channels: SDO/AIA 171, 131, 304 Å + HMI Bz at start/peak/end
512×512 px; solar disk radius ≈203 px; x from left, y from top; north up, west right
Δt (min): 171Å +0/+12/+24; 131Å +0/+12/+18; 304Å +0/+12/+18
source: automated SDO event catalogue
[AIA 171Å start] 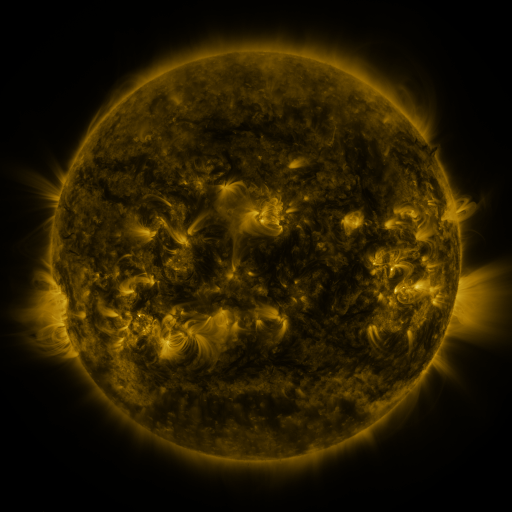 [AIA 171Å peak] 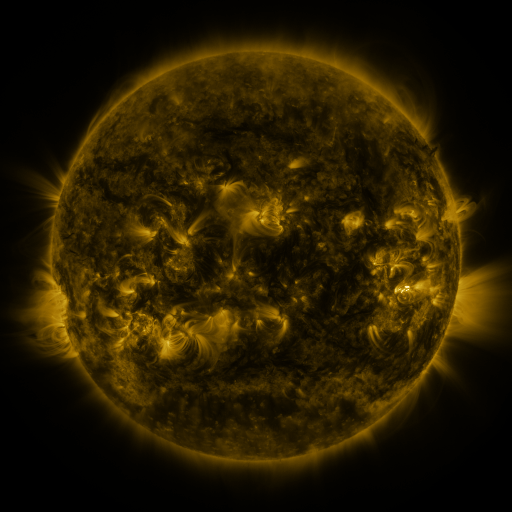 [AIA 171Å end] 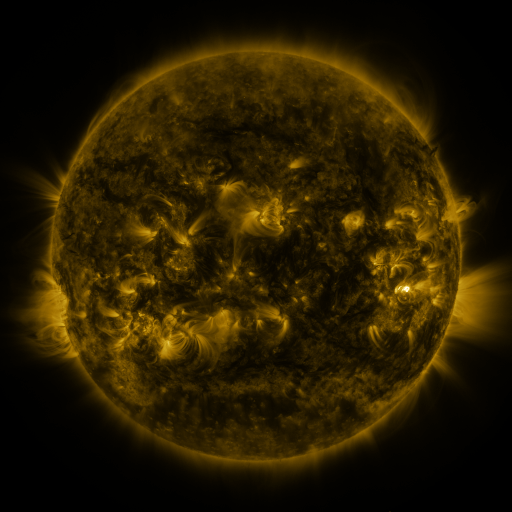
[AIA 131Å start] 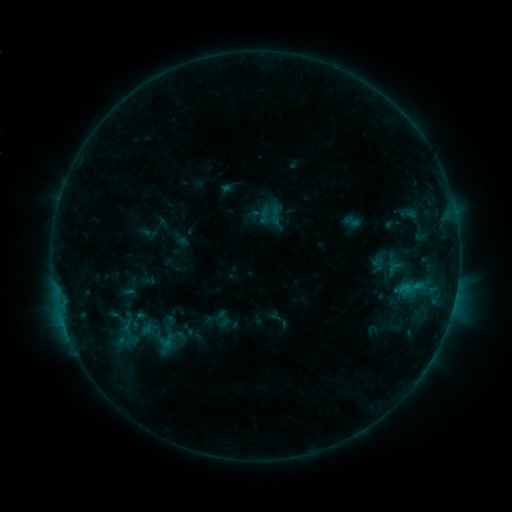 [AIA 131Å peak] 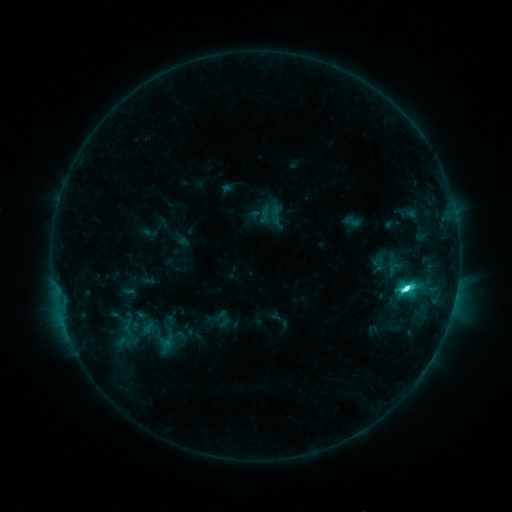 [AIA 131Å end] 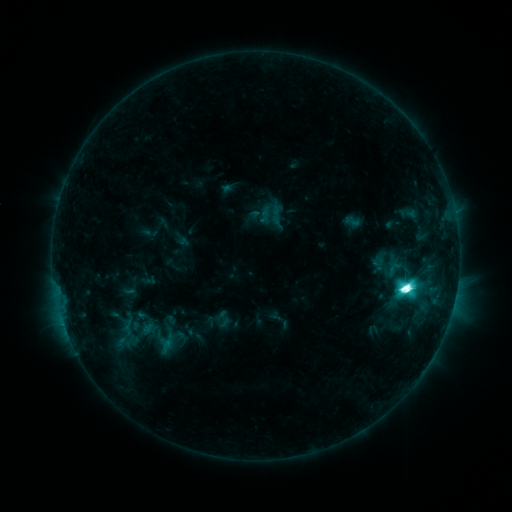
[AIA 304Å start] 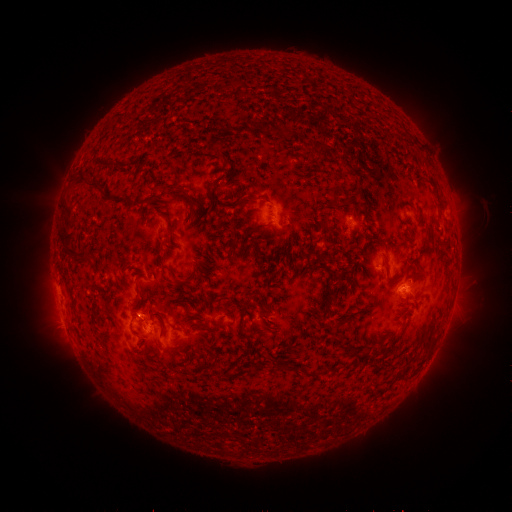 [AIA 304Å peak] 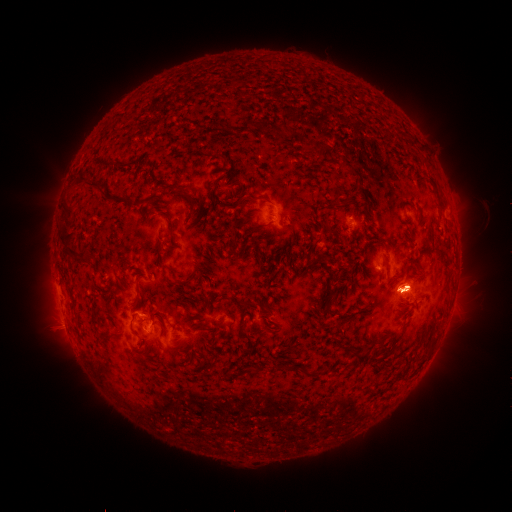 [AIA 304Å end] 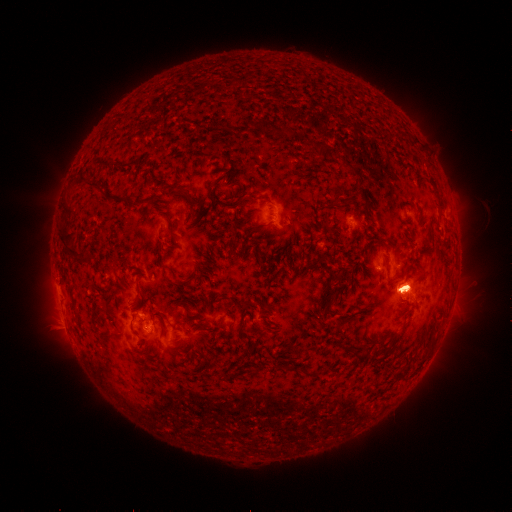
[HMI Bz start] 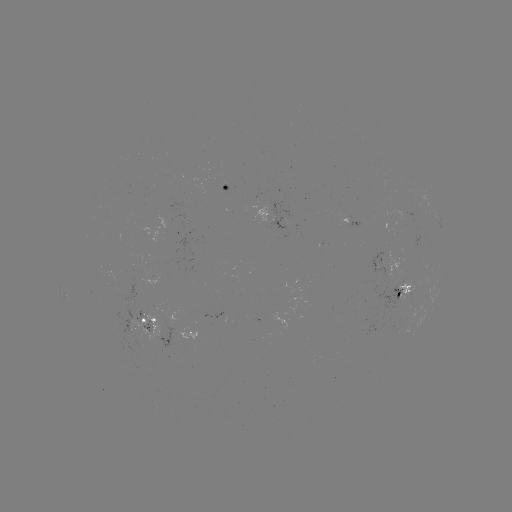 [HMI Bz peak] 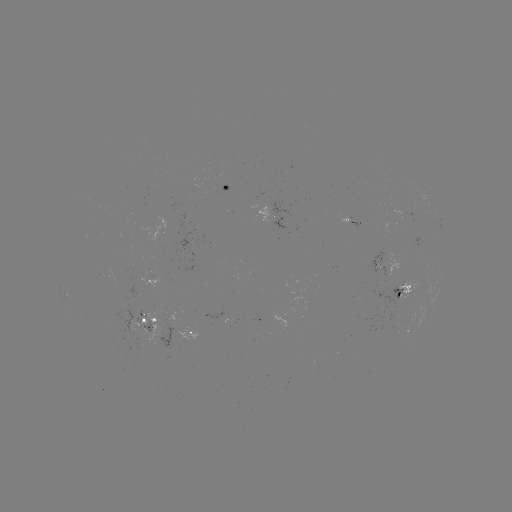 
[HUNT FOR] M2.2 flare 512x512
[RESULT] (405, 285)